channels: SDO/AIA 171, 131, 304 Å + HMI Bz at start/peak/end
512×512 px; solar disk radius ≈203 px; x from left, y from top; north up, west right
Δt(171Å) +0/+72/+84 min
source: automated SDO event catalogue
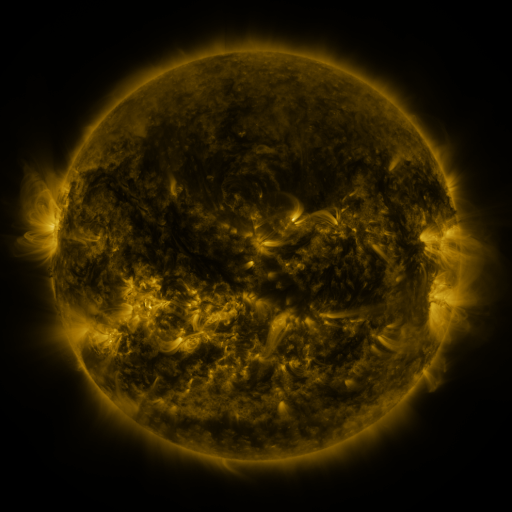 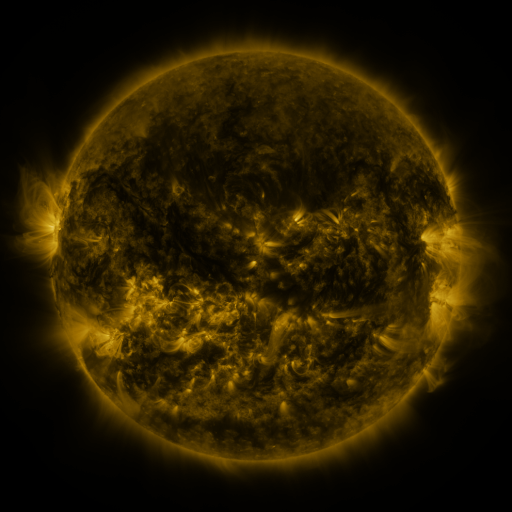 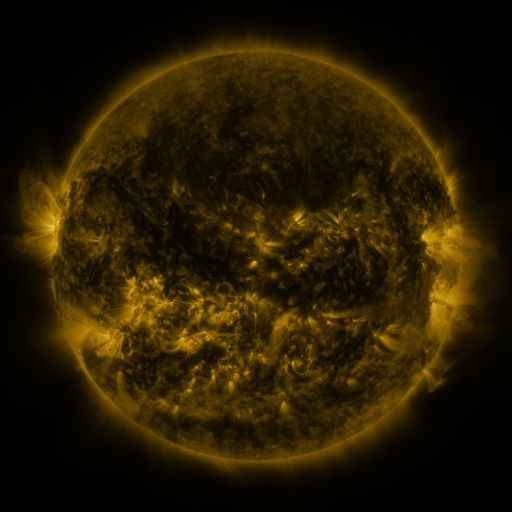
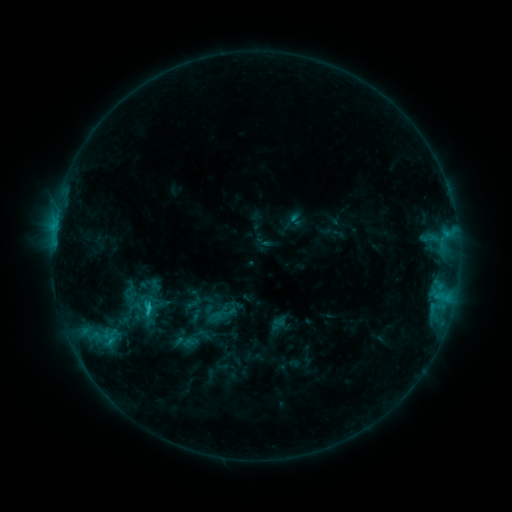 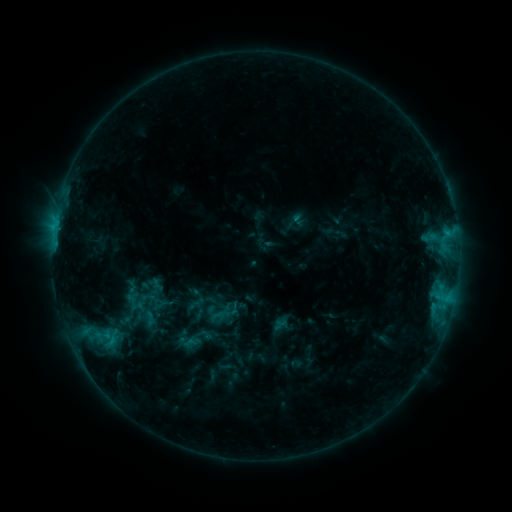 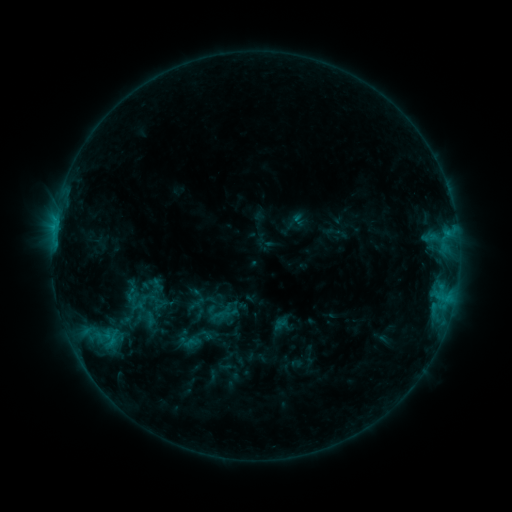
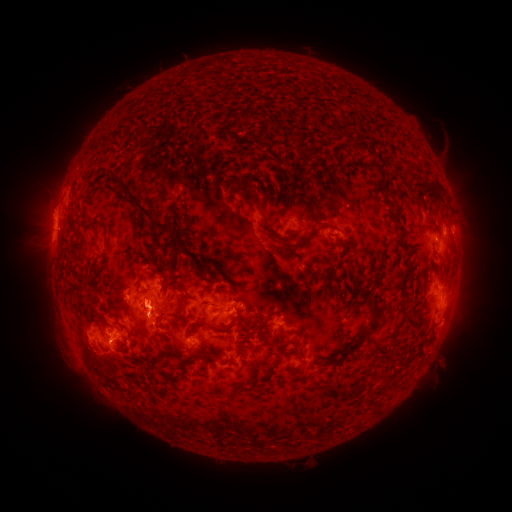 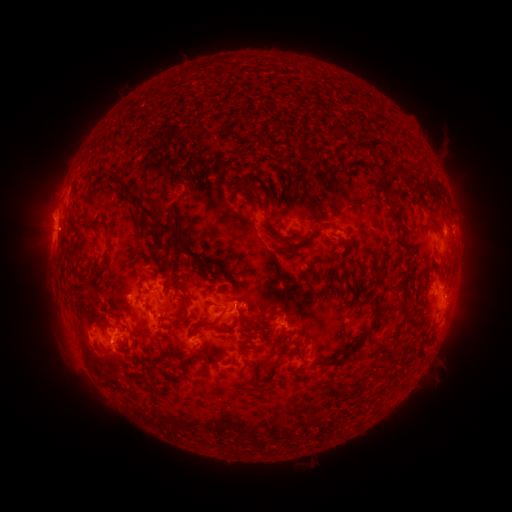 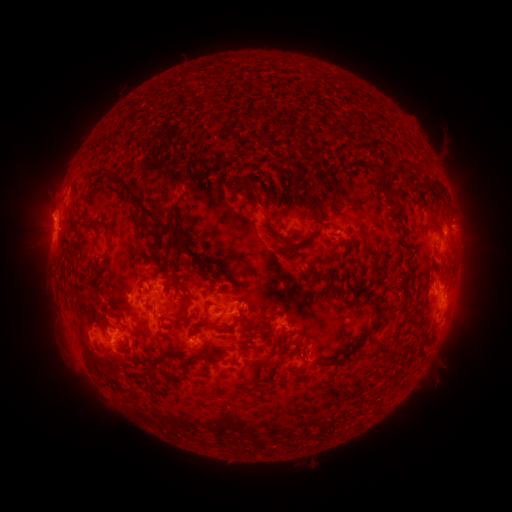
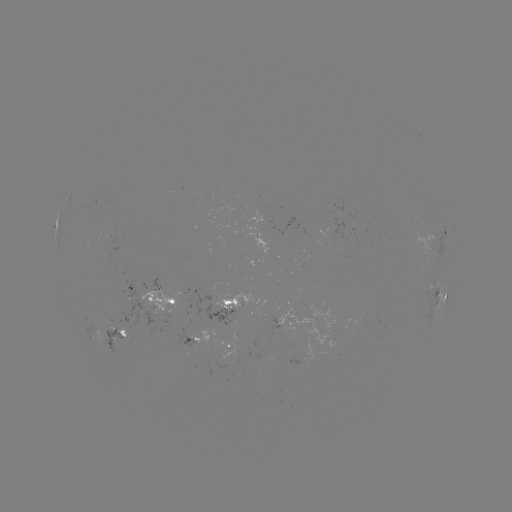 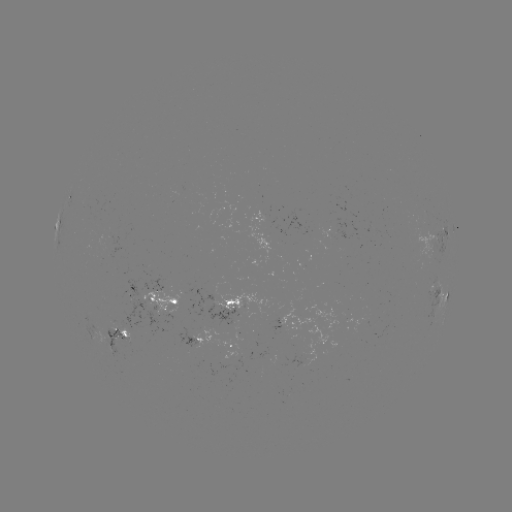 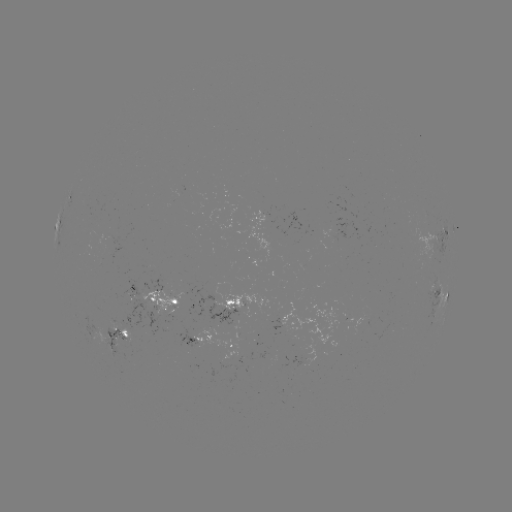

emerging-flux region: <bbox>109, 318, 116, 328</bbox>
